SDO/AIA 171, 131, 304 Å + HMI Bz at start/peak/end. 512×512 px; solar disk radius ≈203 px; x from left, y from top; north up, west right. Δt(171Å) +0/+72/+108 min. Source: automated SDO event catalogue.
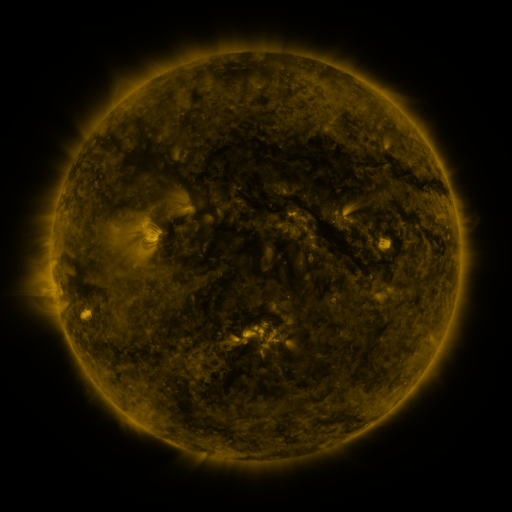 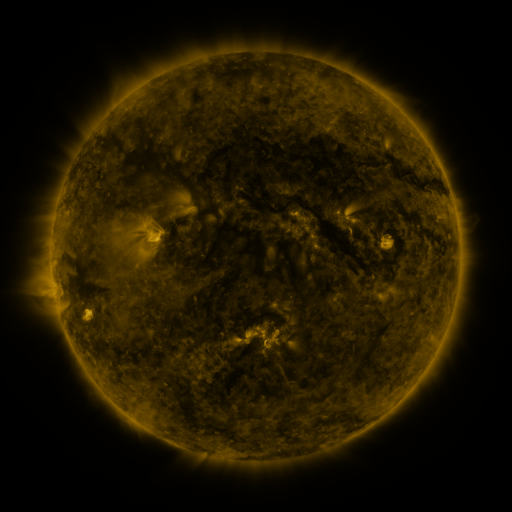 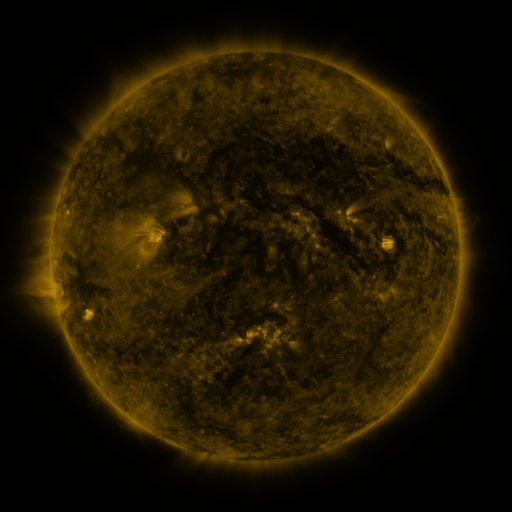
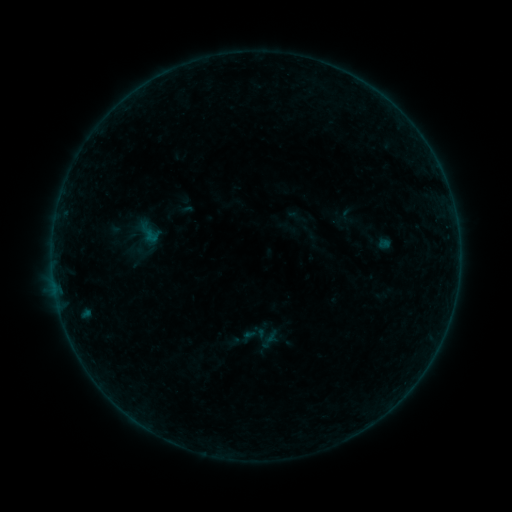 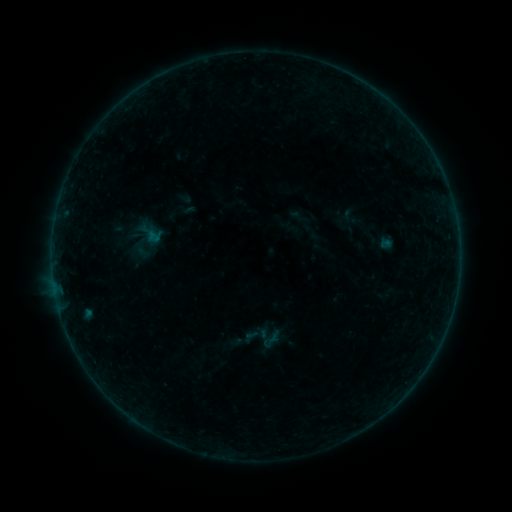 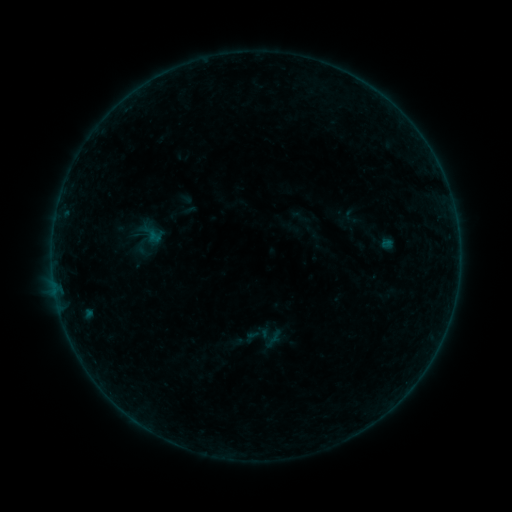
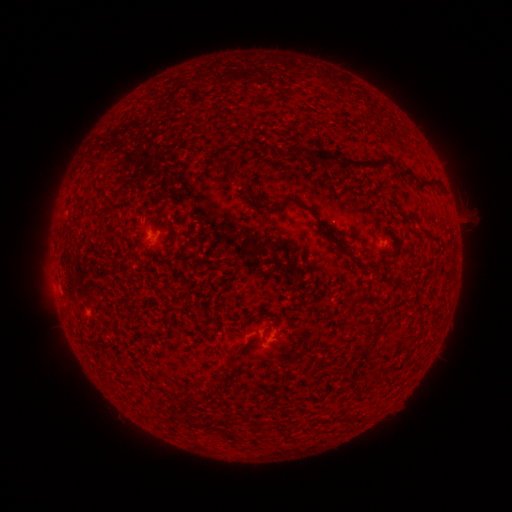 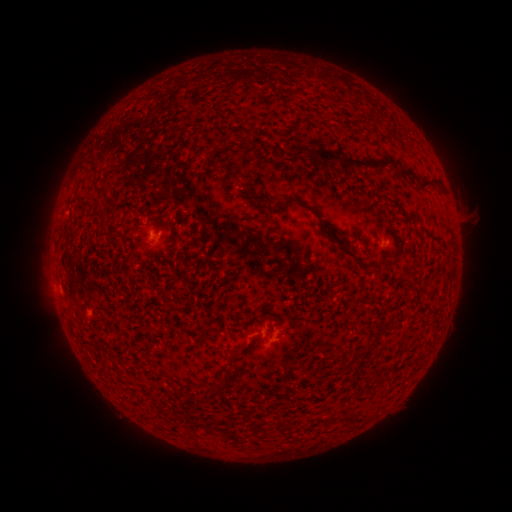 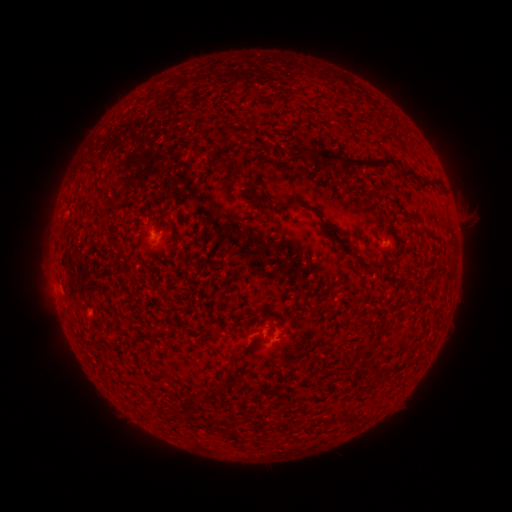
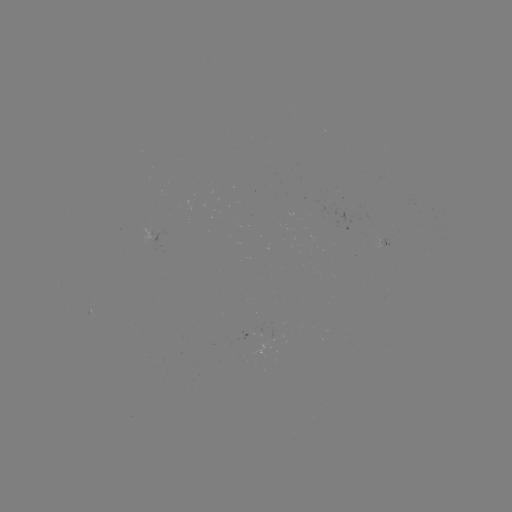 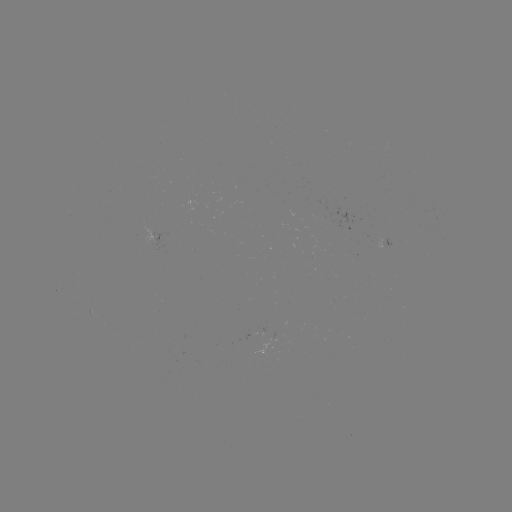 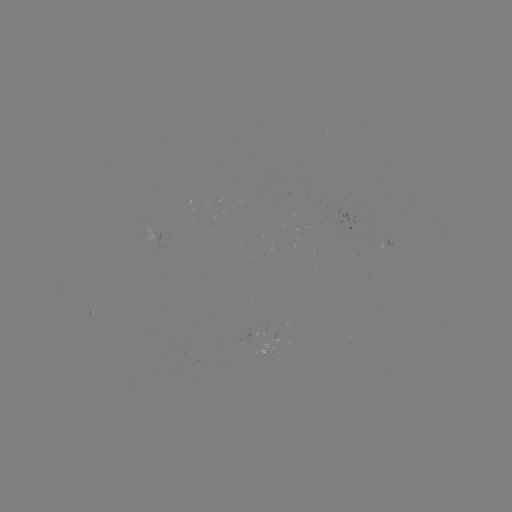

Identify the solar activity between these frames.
emerging-flux region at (266, 336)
